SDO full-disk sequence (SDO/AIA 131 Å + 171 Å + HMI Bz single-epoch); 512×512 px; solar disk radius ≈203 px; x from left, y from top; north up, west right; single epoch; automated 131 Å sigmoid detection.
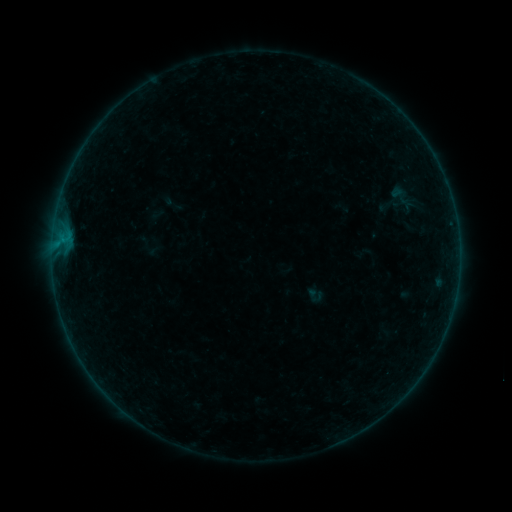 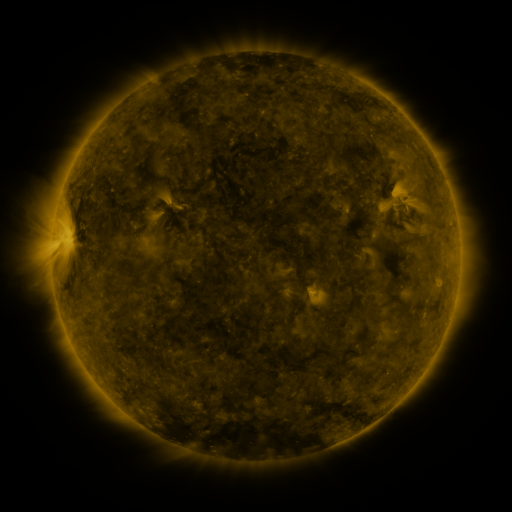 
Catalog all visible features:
sigmoid: (400, 195)
